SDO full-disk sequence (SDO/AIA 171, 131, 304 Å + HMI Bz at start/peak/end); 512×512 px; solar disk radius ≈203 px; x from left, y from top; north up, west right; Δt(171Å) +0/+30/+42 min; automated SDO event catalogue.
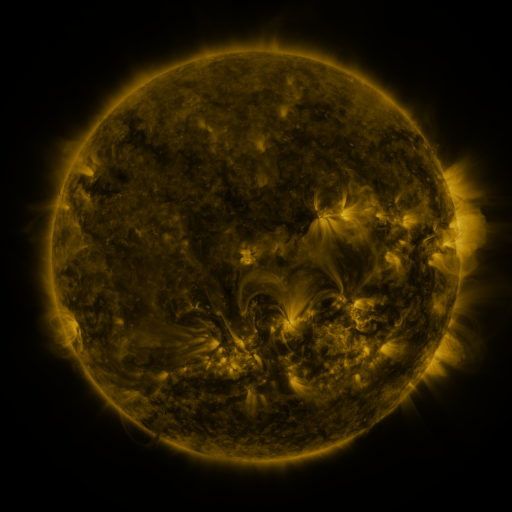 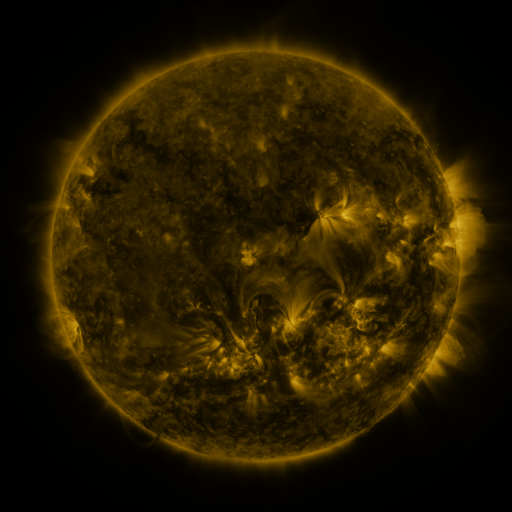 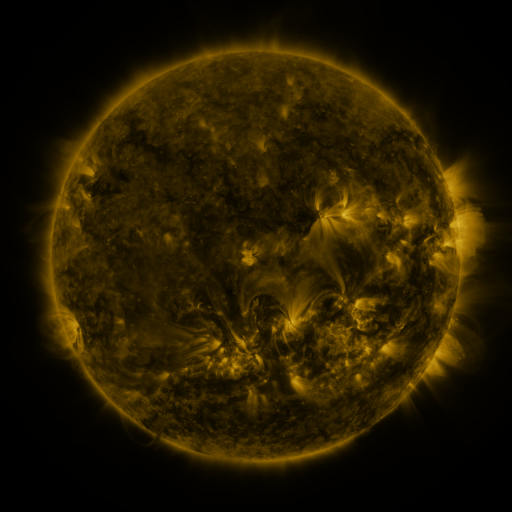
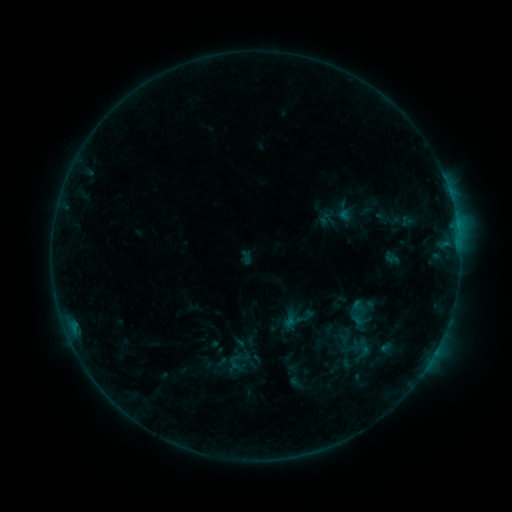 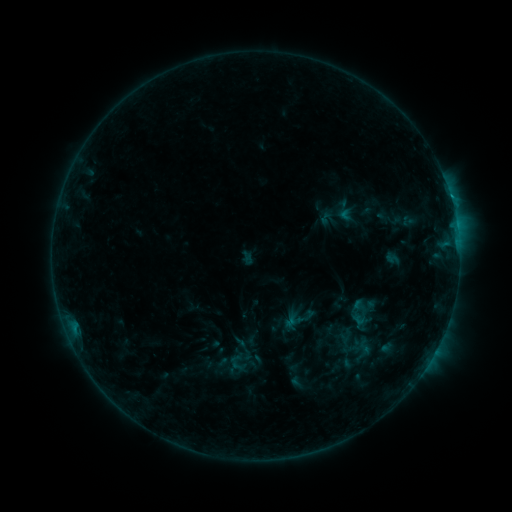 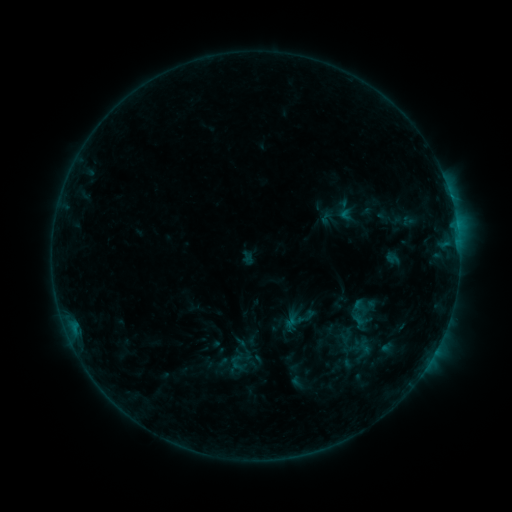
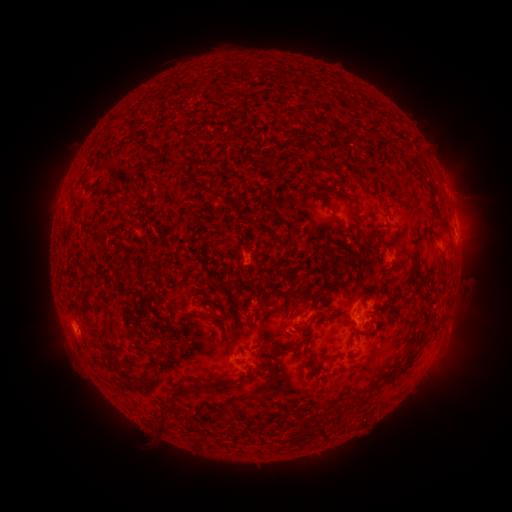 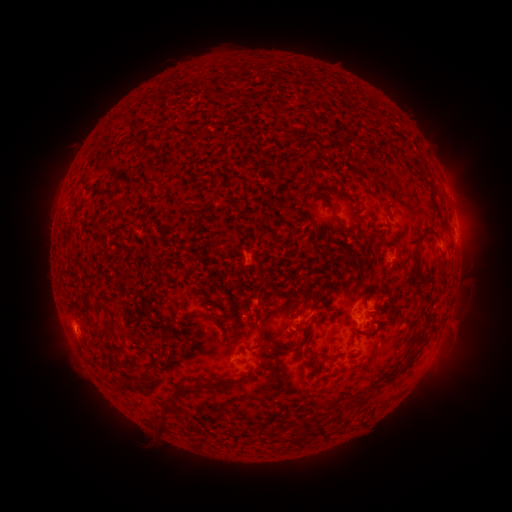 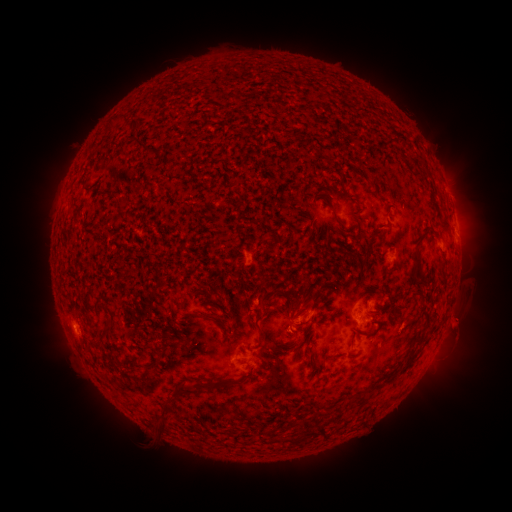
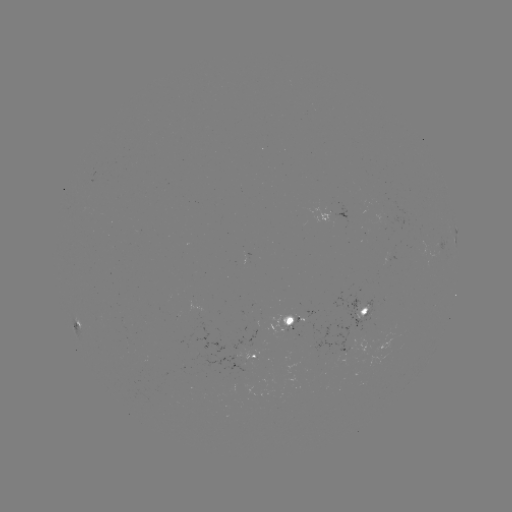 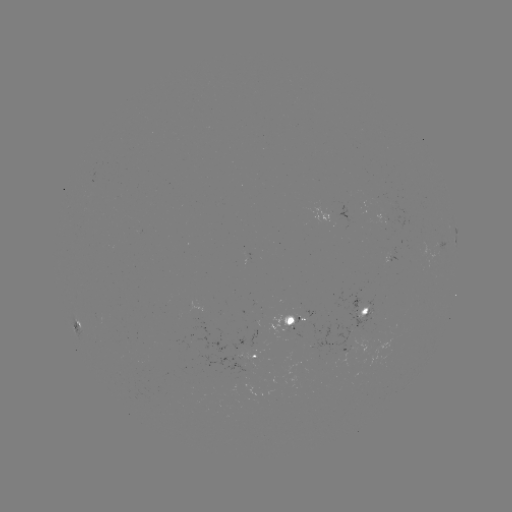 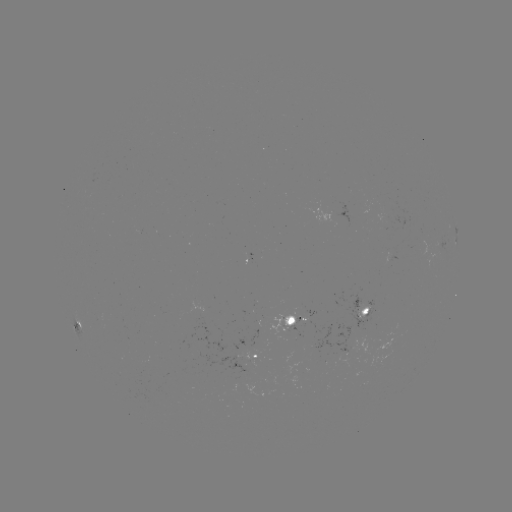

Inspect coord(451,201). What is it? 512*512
B6.5 flare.